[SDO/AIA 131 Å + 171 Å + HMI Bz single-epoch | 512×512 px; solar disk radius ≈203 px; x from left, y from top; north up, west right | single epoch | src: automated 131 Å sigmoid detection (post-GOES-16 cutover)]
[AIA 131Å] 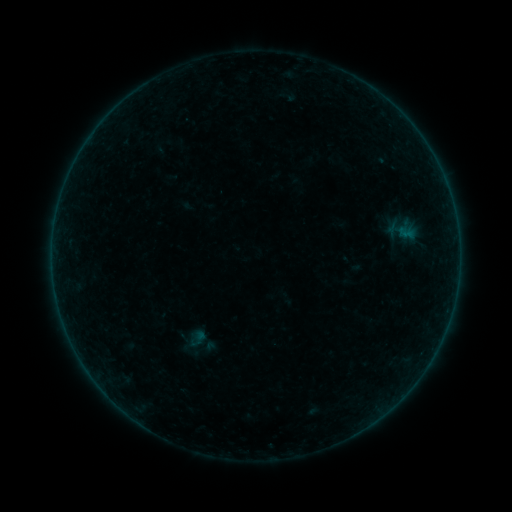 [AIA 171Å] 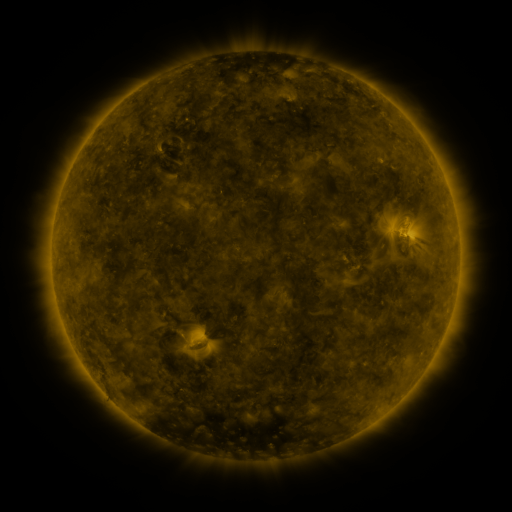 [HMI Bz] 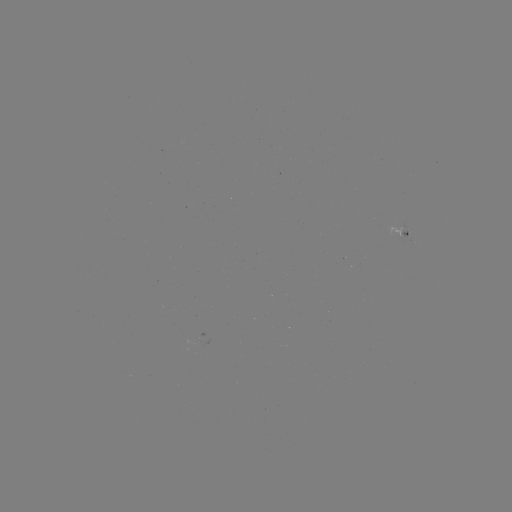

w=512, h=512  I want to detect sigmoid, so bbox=[185, 333, 207, 349].